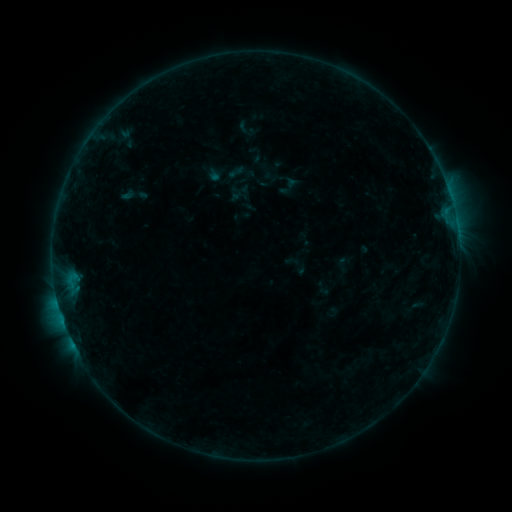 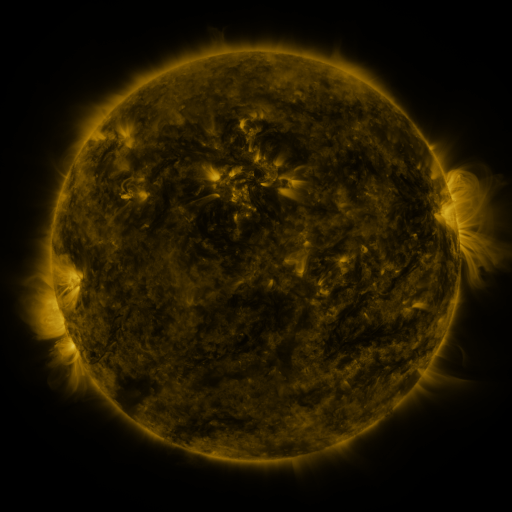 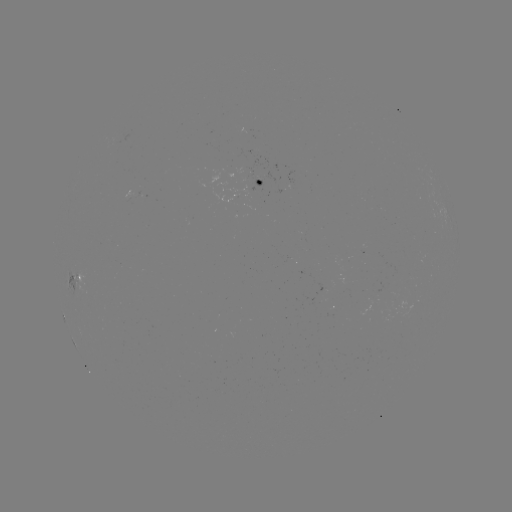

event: sigmoid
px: (236, 172)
